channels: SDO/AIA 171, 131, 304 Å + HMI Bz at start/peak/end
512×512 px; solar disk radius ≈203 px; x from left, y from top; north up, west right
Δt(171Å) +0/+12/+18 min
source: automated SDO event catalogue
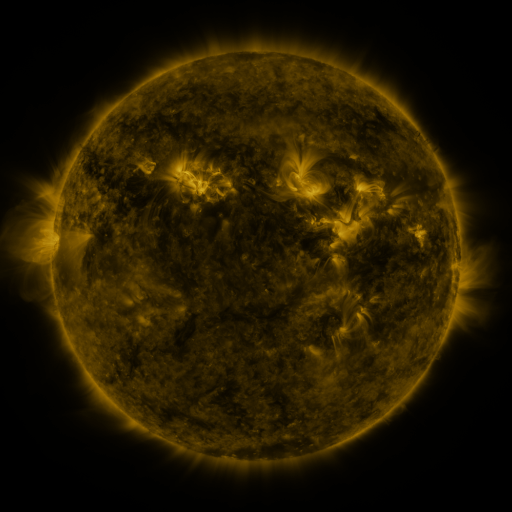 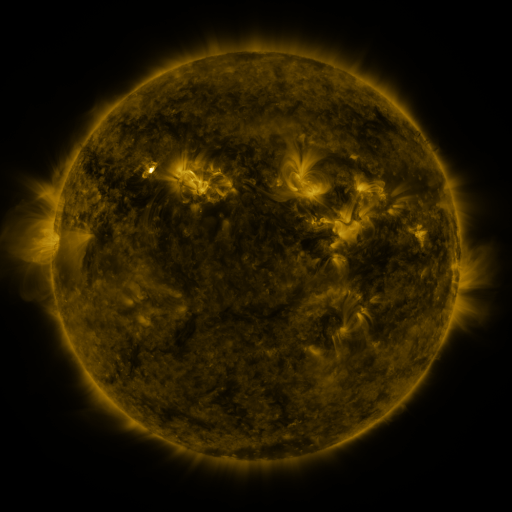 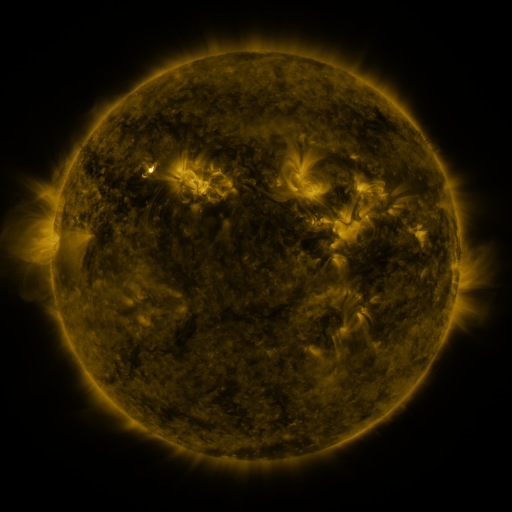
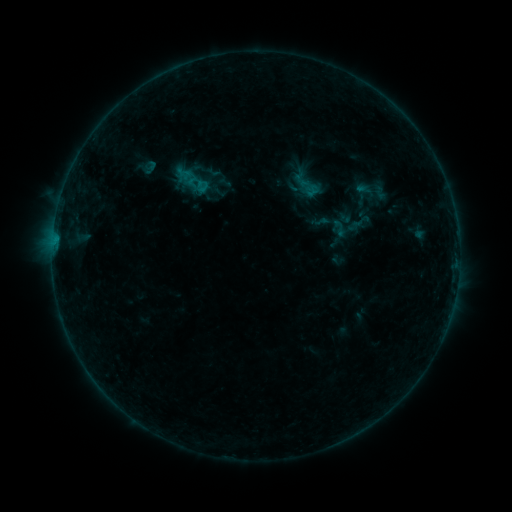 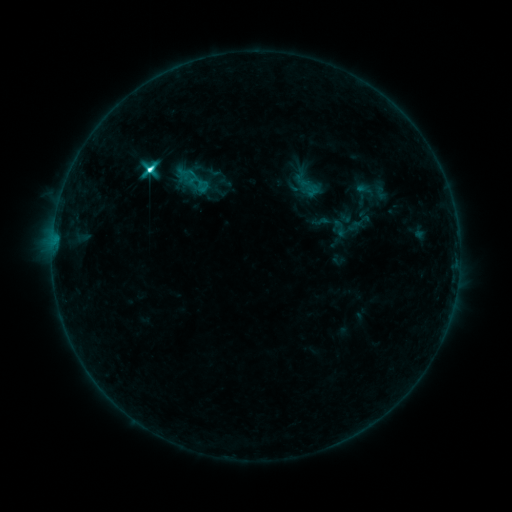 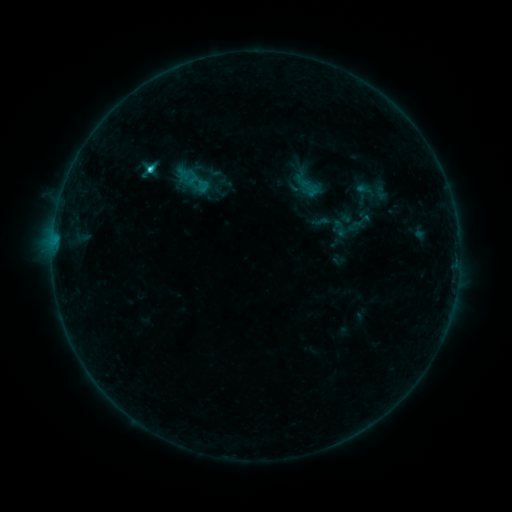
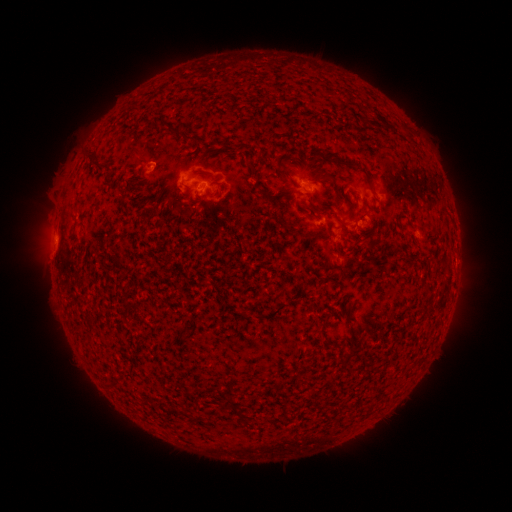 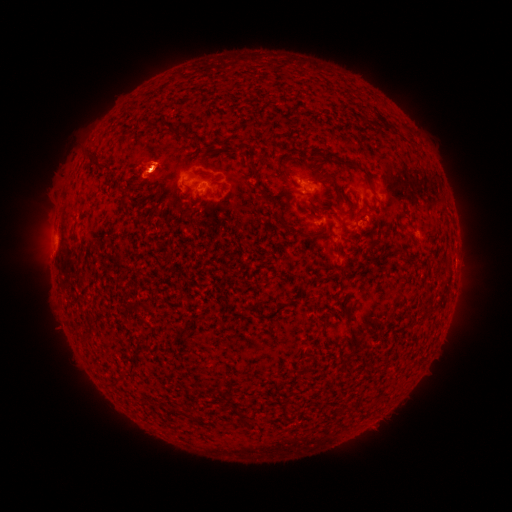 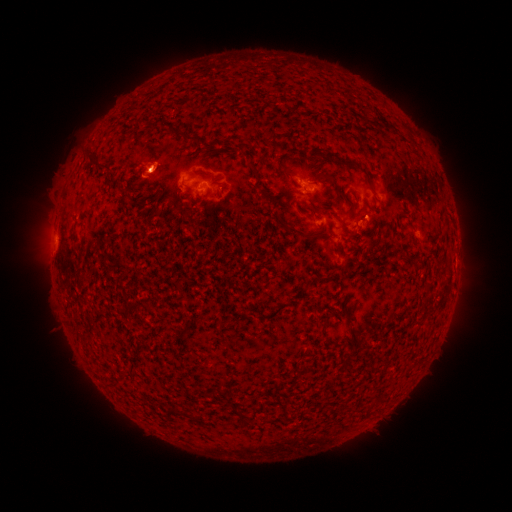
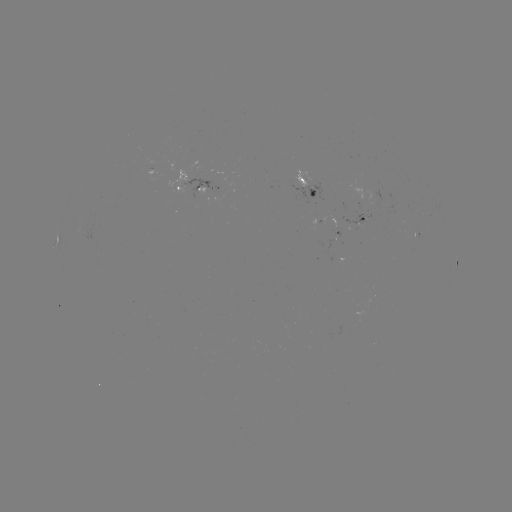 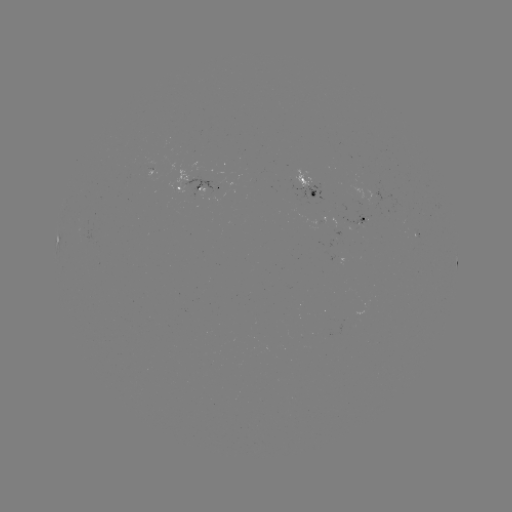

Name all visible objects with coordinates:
C3.5 flare: (152, 171)
